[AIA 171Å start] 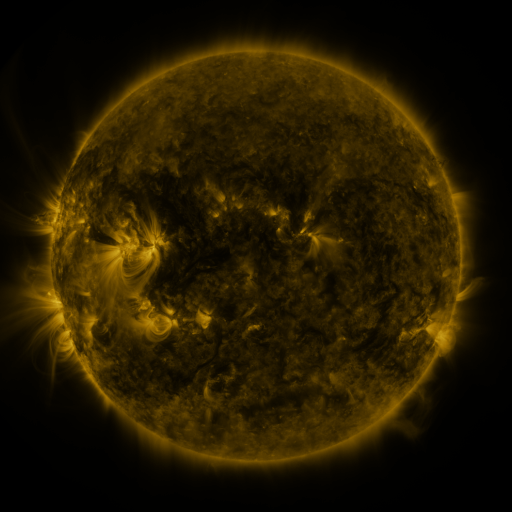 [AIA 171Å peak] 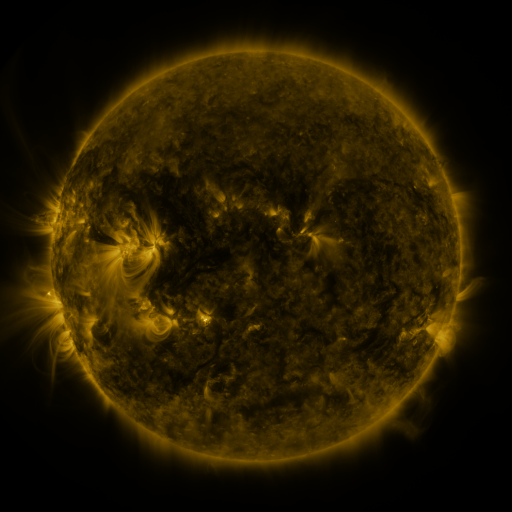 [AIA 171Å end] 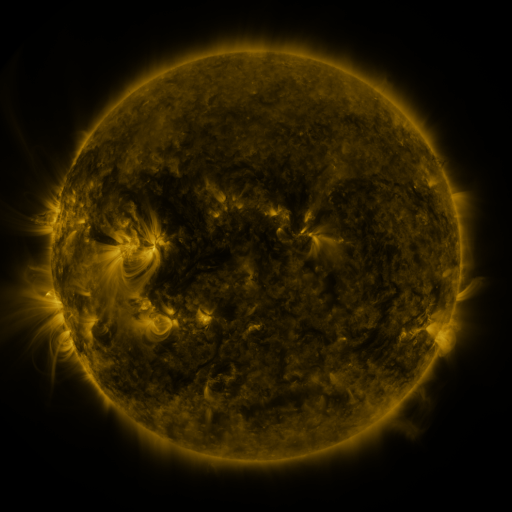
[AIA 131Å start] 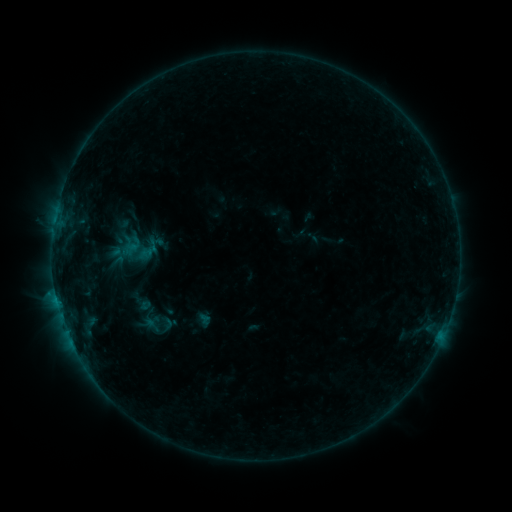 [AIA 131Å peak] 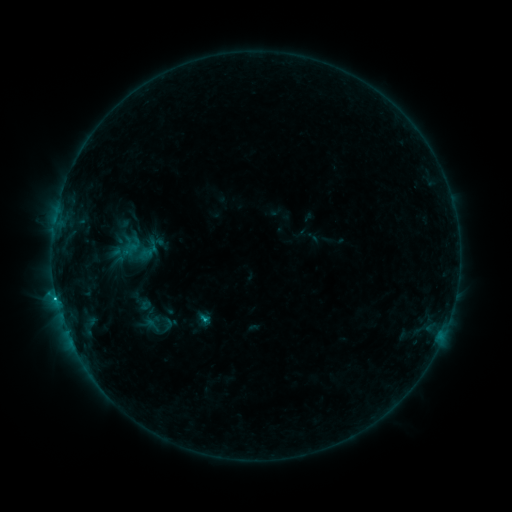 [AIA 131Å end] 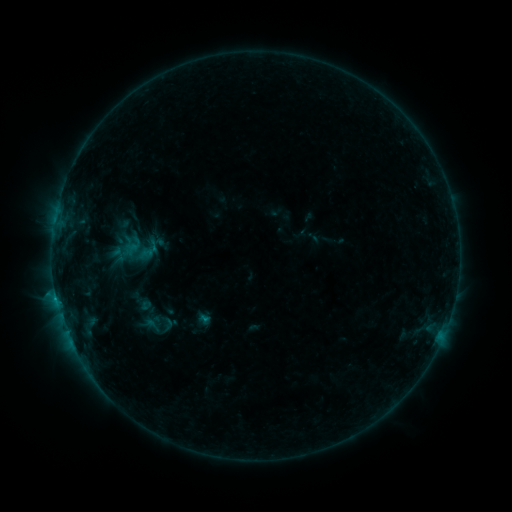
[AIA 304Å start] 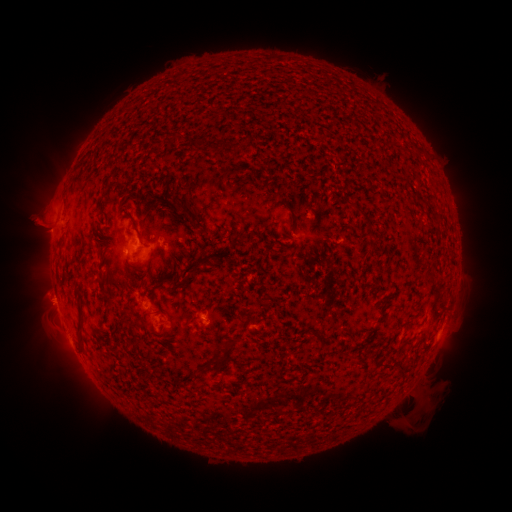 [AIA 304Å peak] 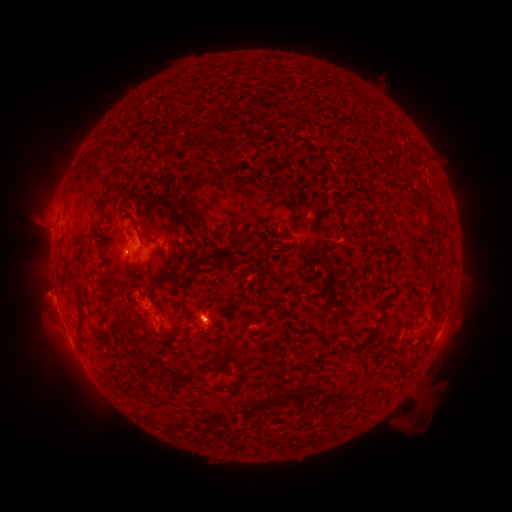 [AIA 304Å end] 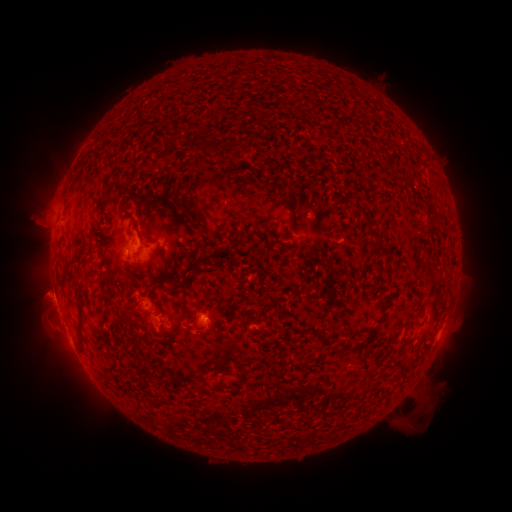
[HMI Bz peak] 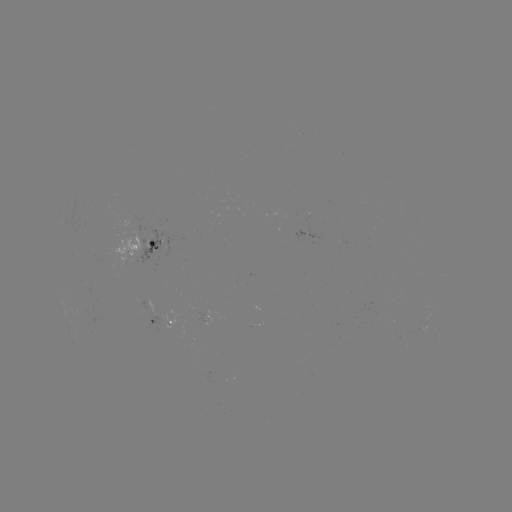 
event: eruption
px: (205, 327)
